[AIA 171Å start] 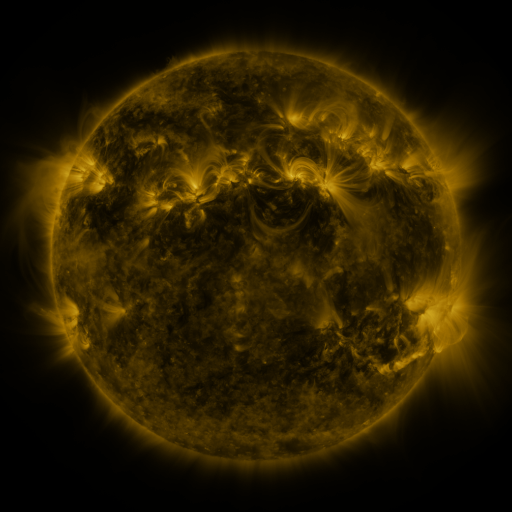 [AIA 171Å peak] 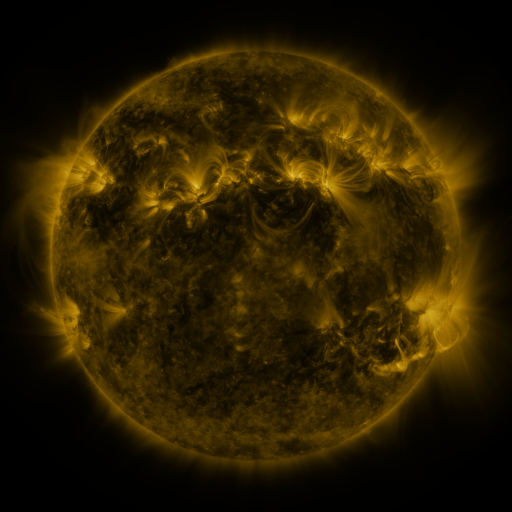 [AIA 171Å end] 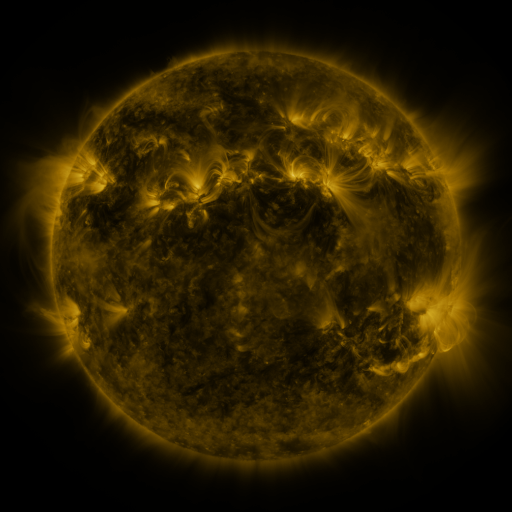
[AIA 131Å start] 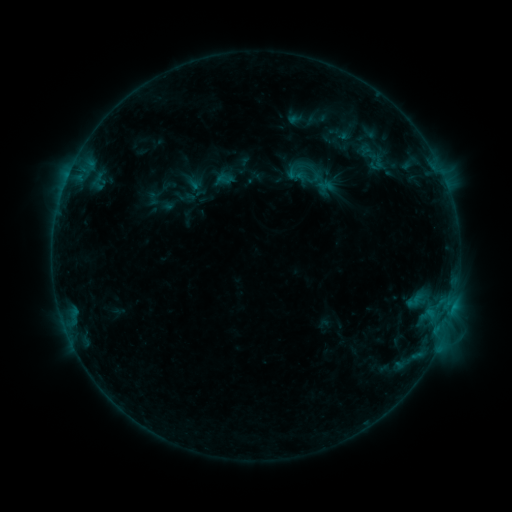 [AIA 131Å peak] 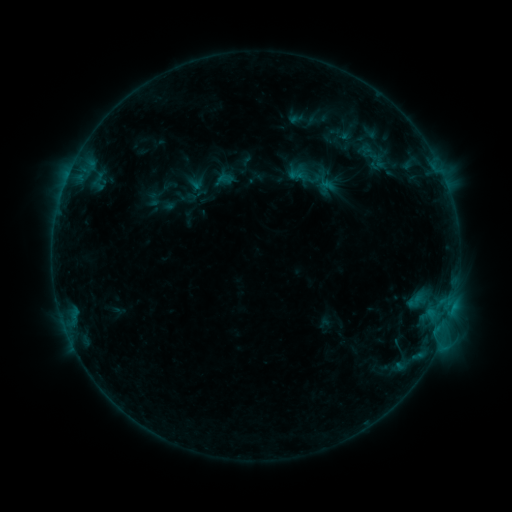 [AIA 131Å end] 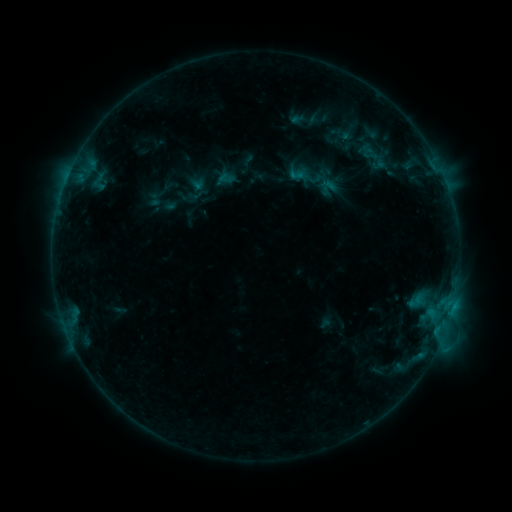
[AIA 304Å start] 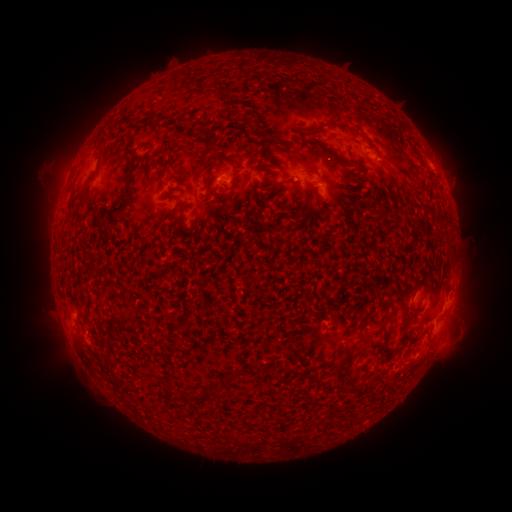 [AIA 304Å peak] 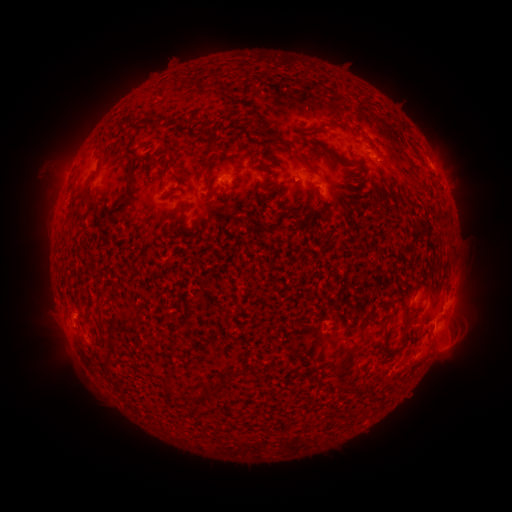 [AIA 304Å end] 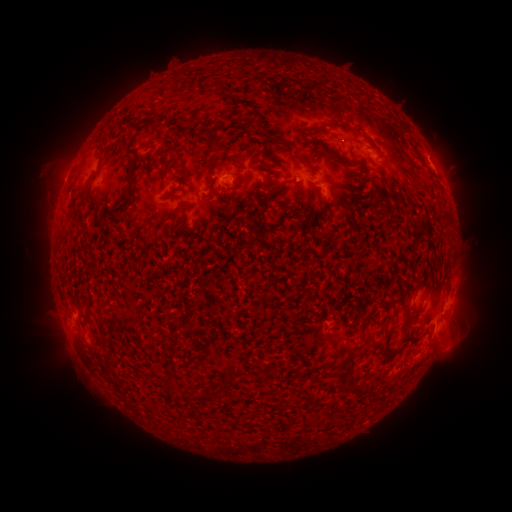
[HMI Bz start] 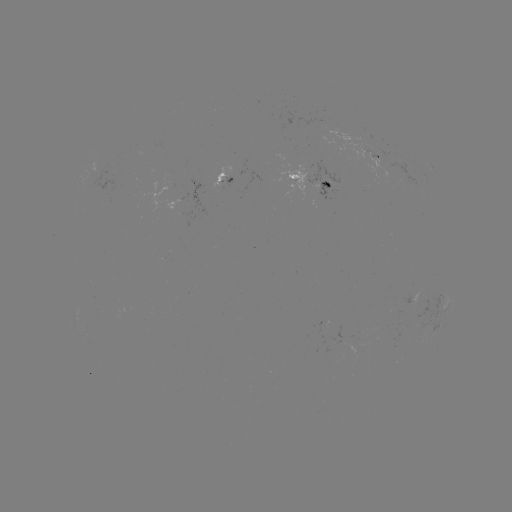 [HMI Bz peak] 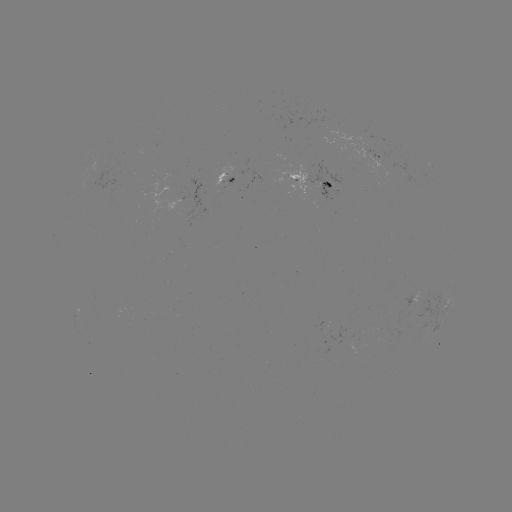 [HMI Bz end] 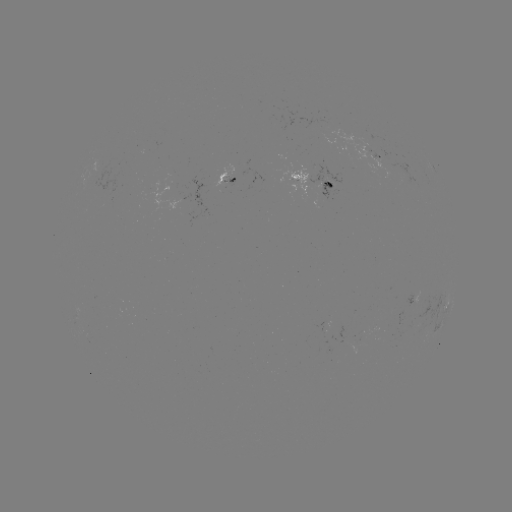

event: emerging-flux region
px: (222, 179)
